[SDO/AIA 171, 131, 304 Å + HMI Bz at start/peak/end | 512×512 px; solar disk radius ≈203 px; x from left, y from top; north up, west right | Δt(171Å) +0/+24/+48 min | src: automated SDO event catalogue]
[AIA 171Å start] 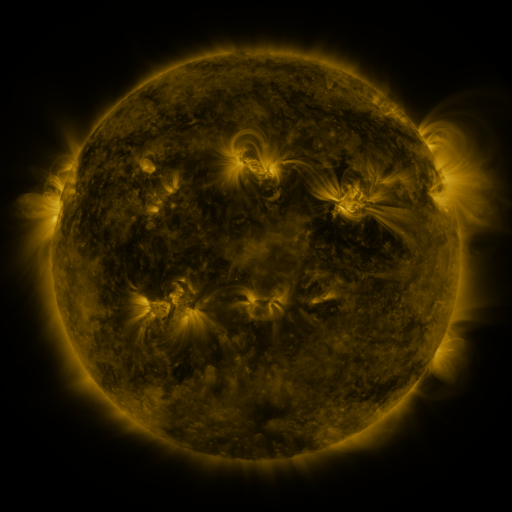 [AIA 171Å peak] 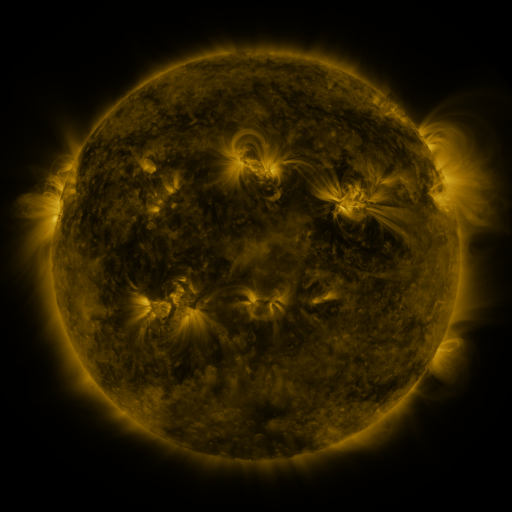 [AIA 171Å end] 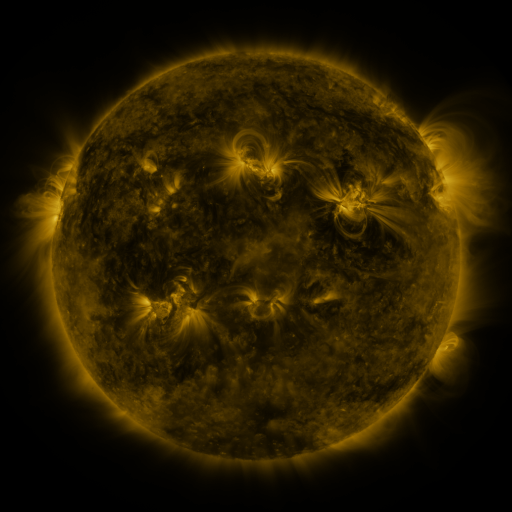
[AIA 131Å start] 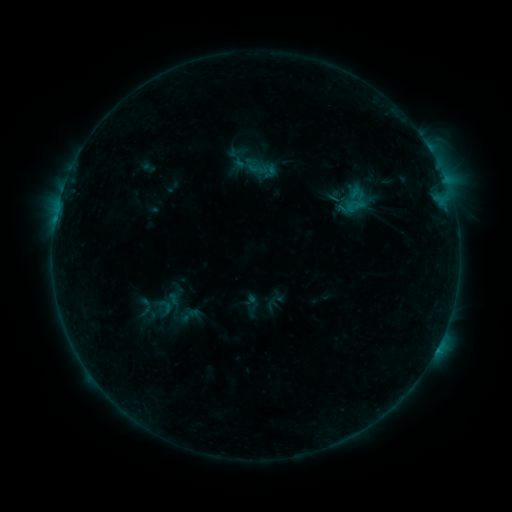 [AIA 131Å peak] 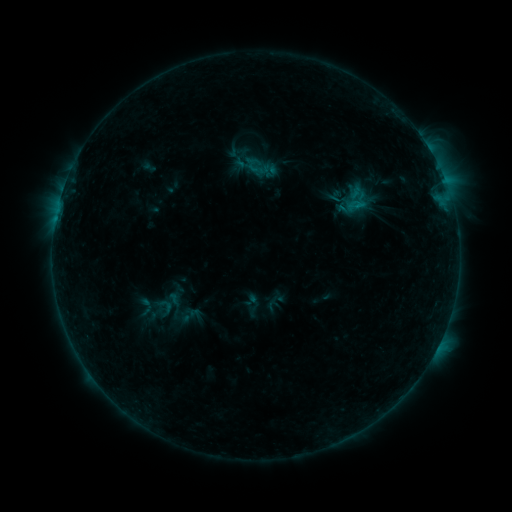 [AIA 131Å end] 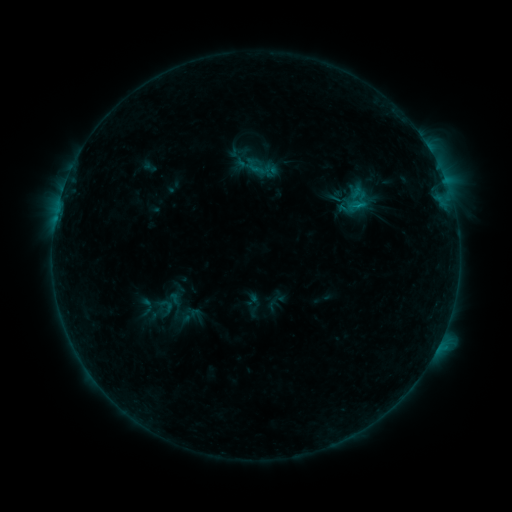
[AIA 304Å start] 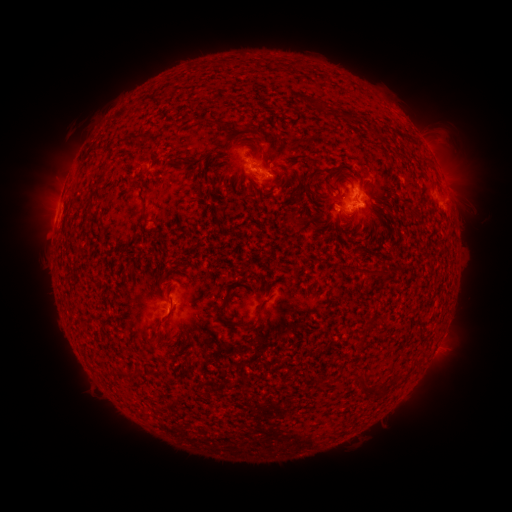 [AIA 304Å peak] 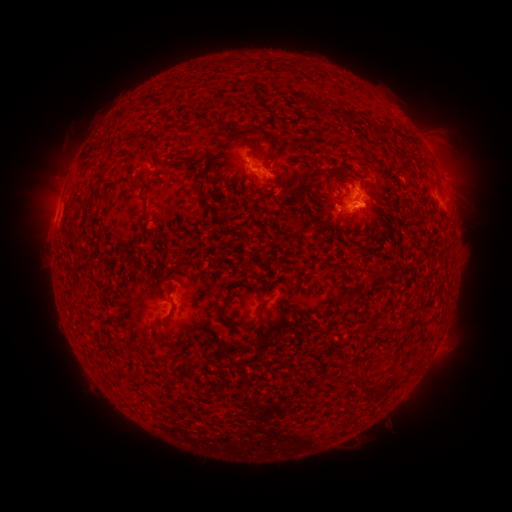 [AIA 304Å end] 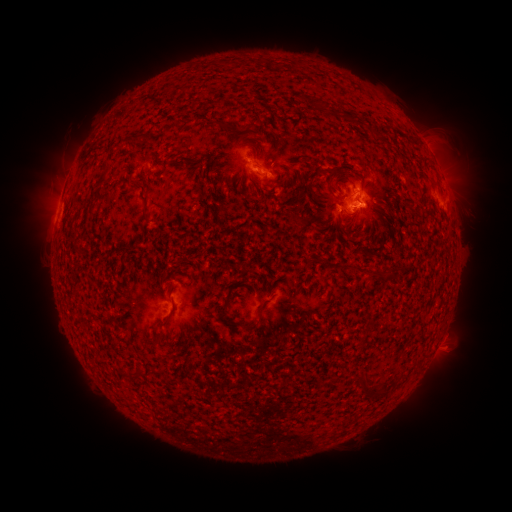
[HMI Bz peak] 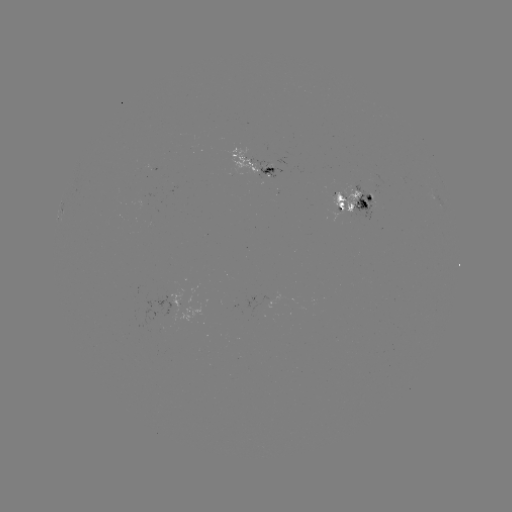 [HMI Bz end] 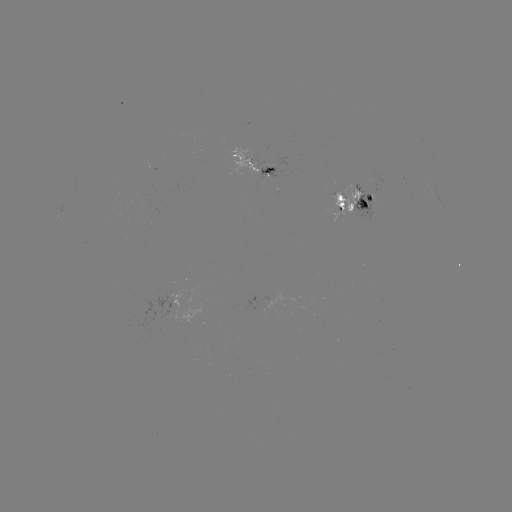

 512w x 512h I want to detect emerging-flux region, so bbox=[230, 148, 259, 173].